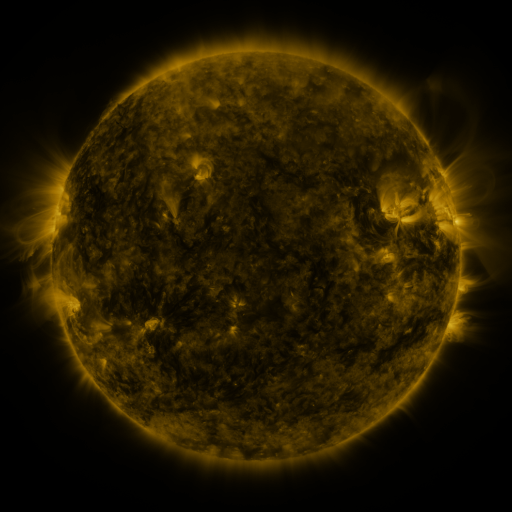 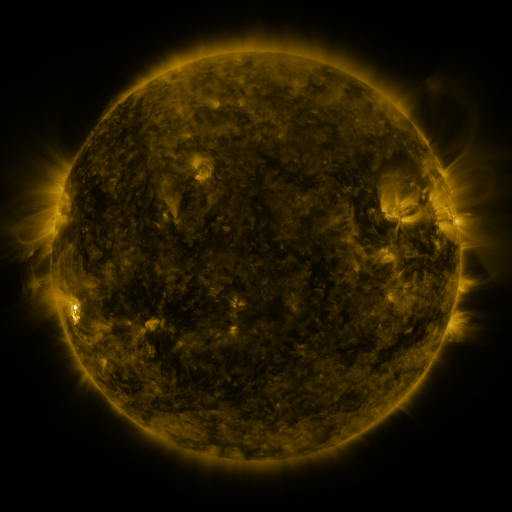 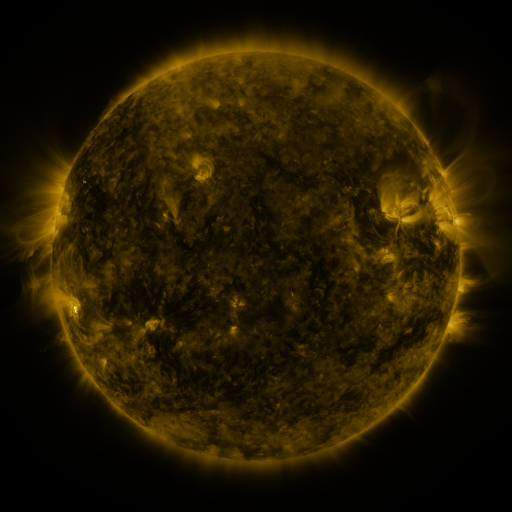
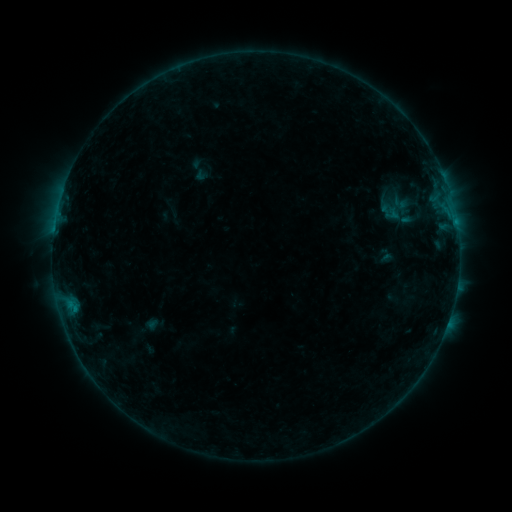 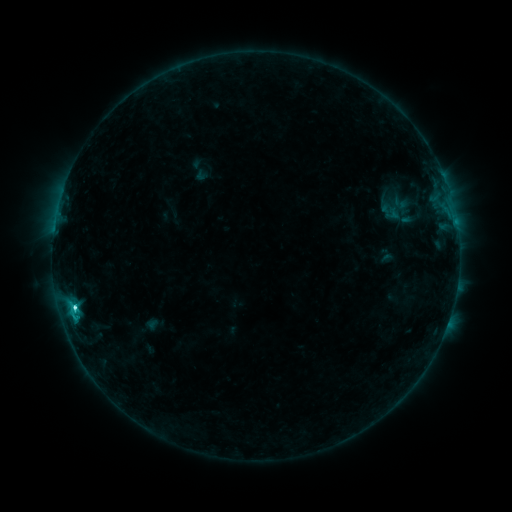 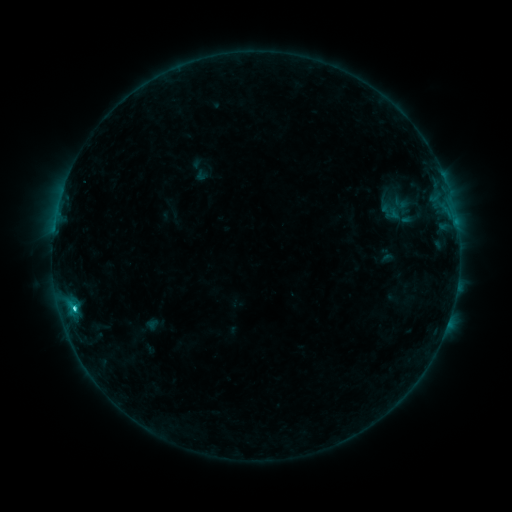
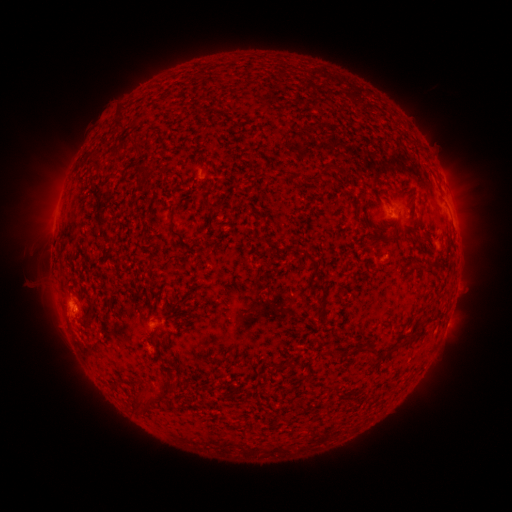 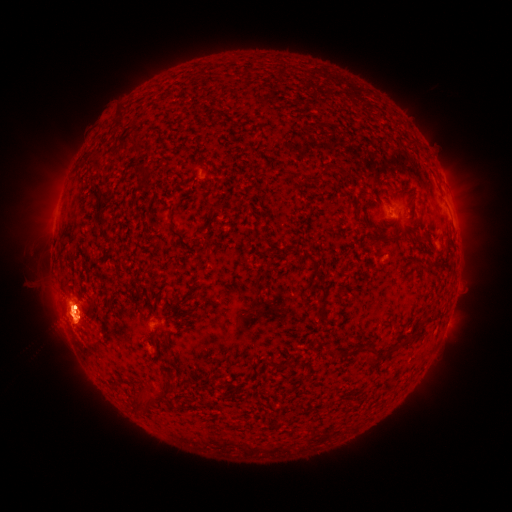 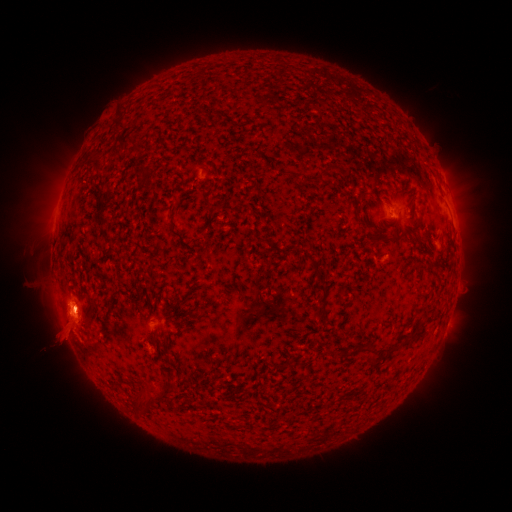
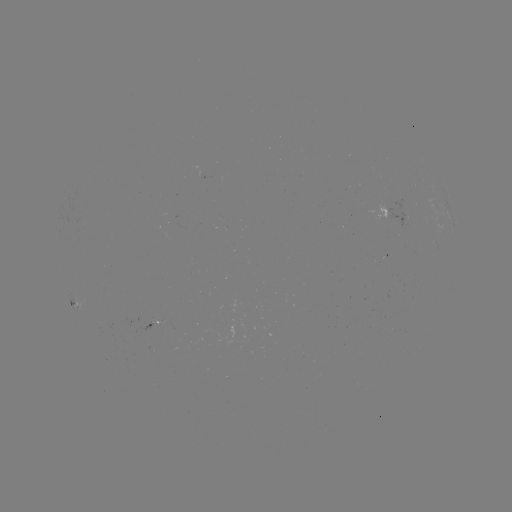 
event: flare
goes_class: C2.6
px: (74, 305)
